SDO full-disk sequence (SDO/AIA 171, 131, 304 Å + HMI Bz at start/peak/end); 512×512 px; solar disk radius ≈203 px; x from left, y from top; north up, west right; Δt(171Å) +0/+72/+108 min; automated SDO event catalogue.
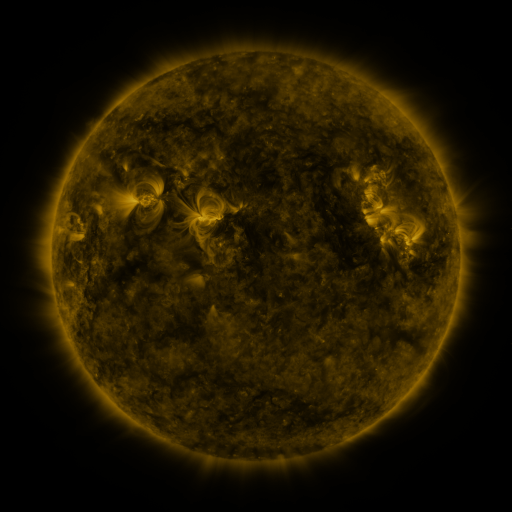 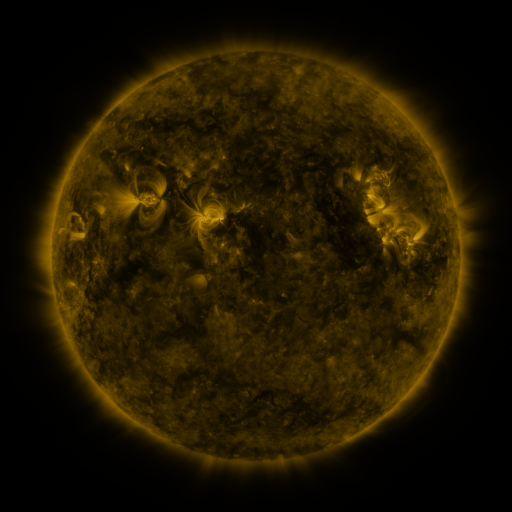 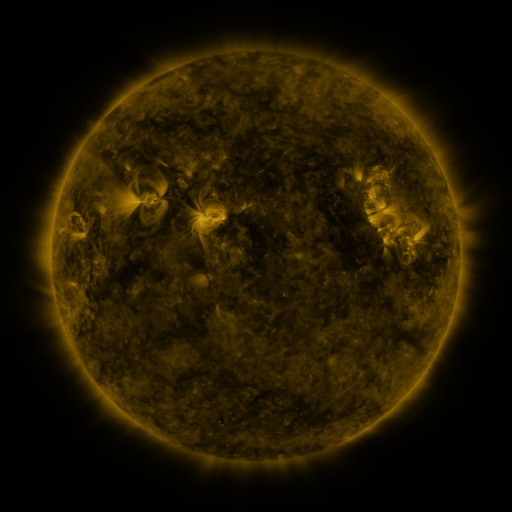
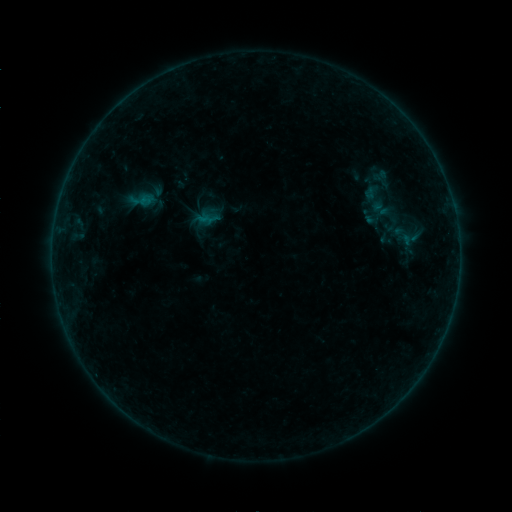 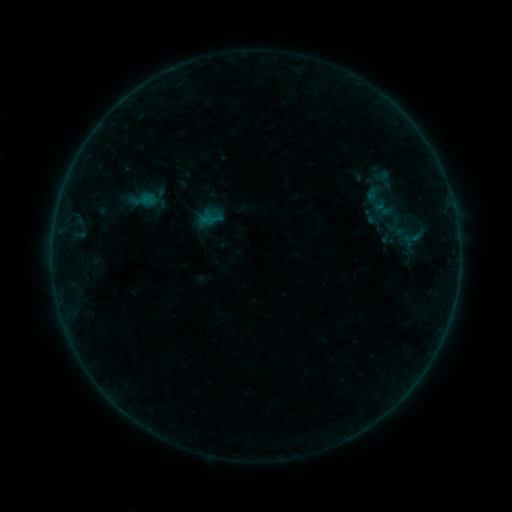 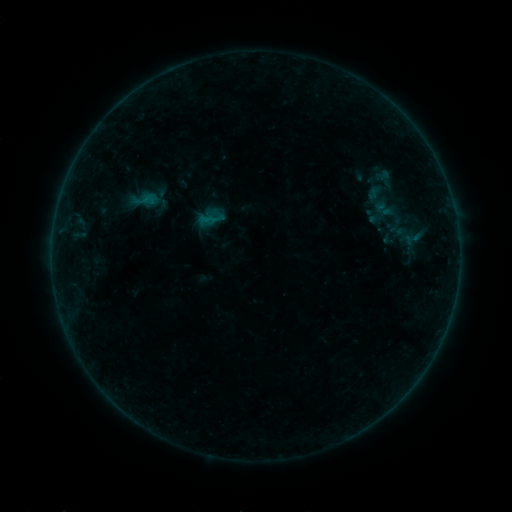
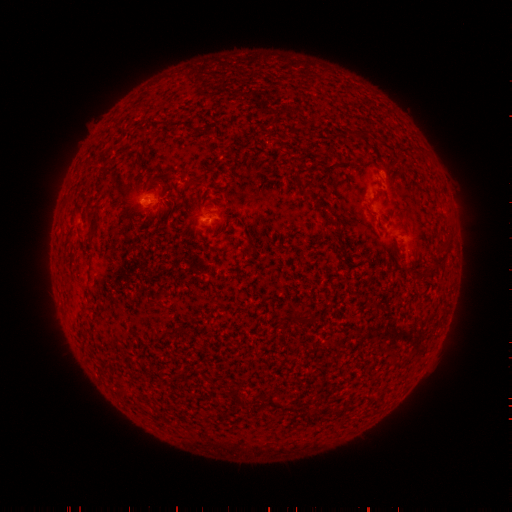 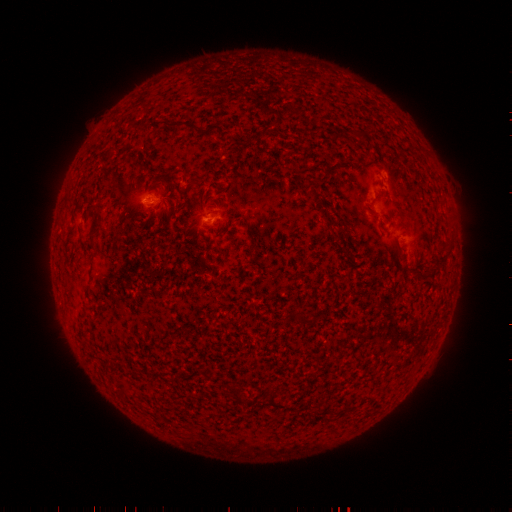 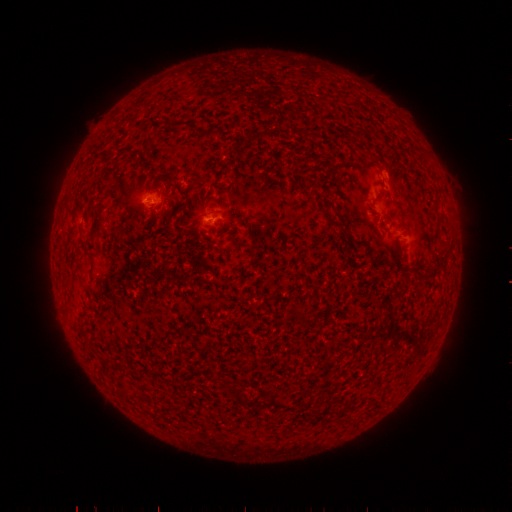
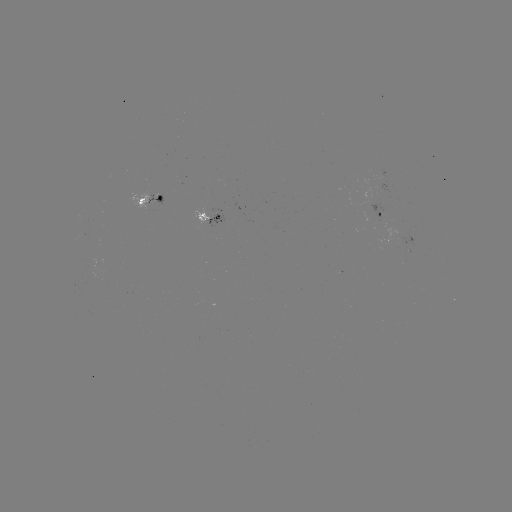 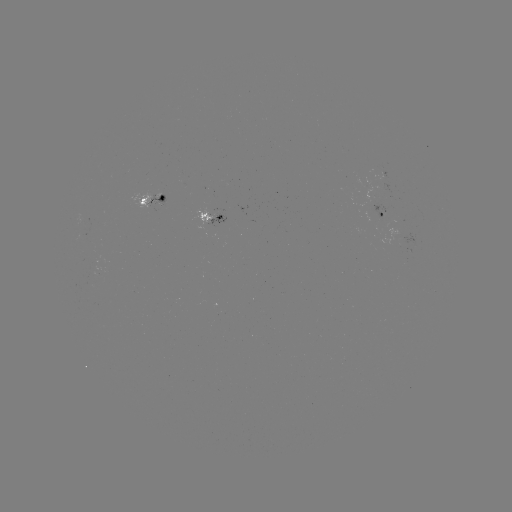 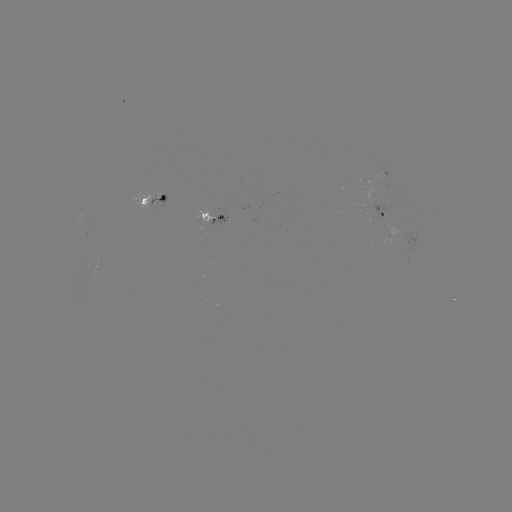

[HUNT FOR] emerging-flux region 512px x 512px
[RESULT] (216, 213)